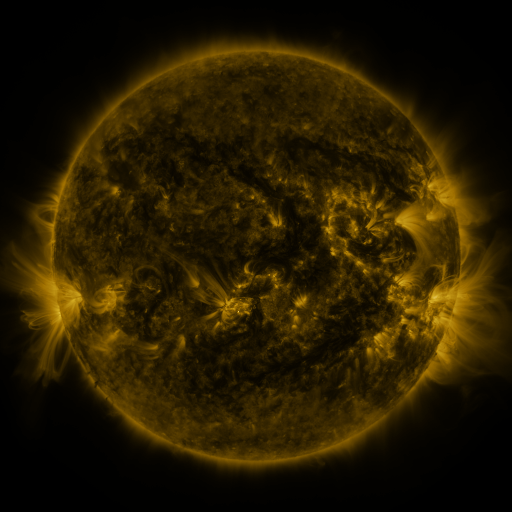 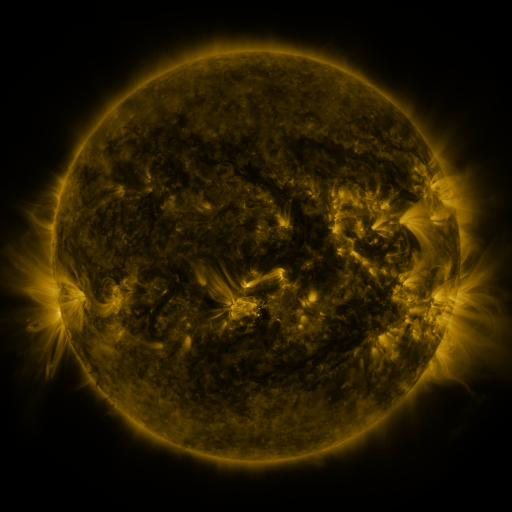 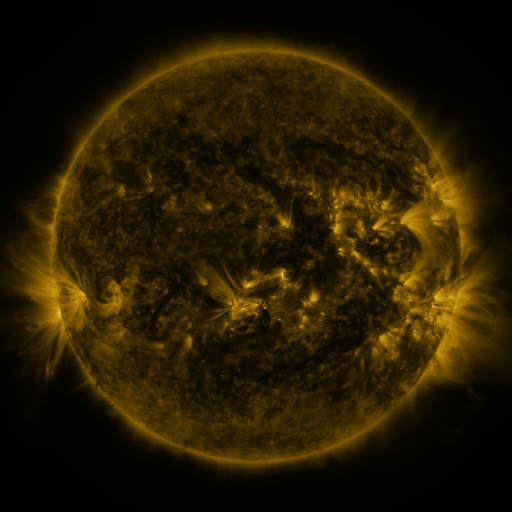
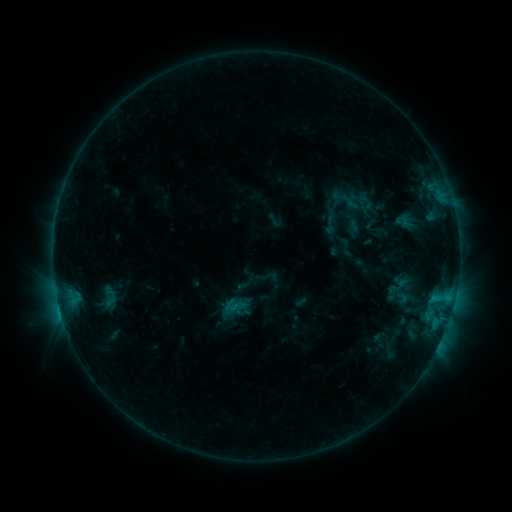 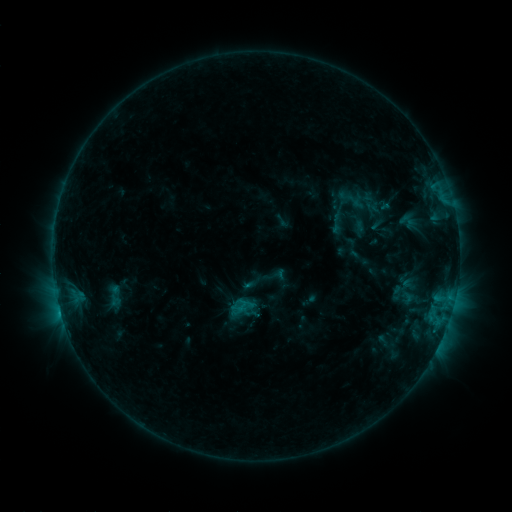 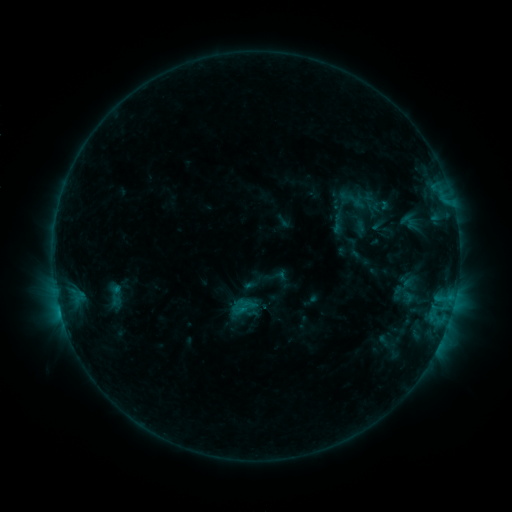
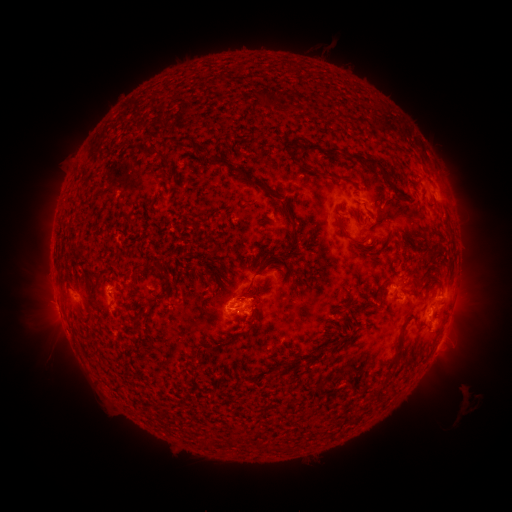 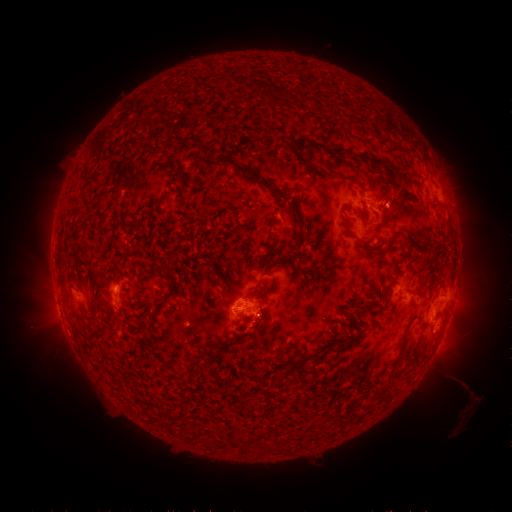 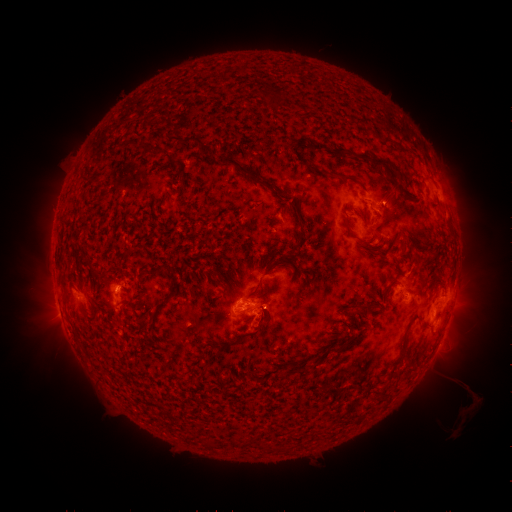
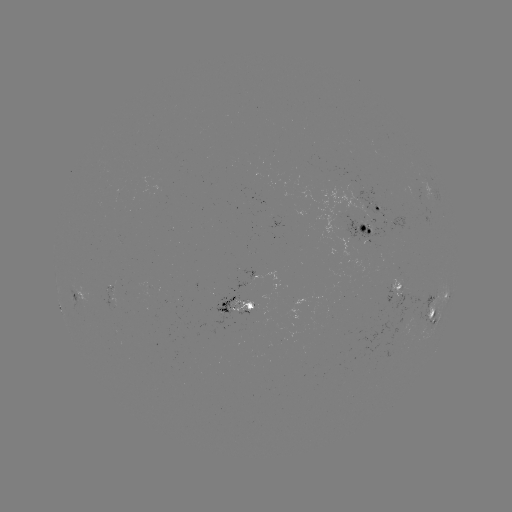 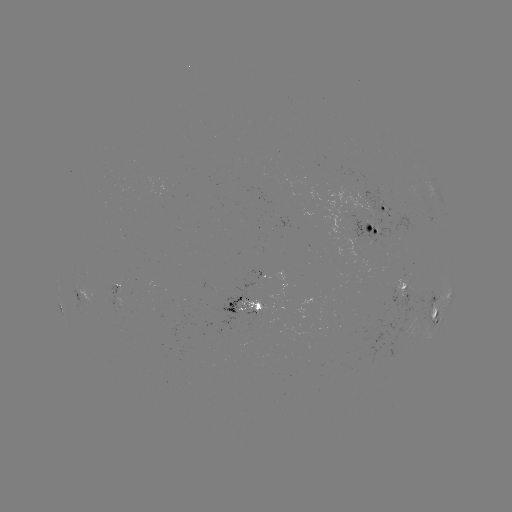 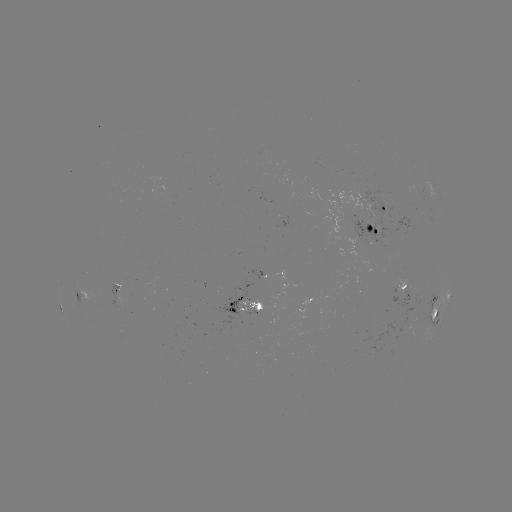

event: emerging-flux region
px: (117, 289)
